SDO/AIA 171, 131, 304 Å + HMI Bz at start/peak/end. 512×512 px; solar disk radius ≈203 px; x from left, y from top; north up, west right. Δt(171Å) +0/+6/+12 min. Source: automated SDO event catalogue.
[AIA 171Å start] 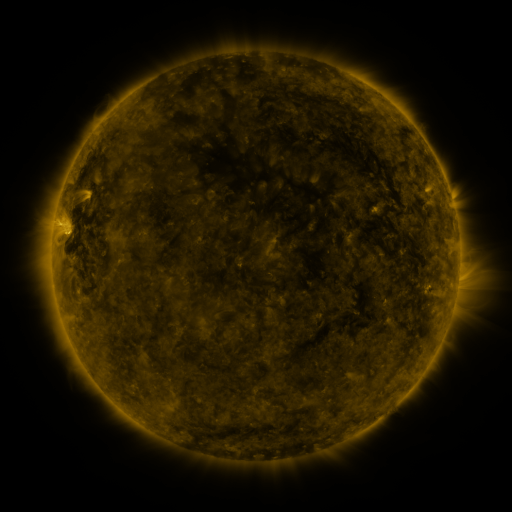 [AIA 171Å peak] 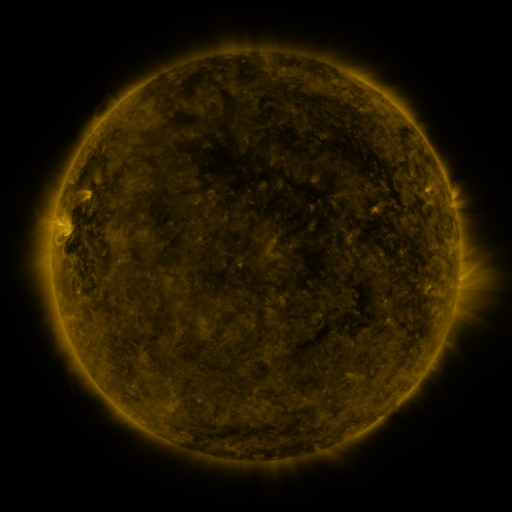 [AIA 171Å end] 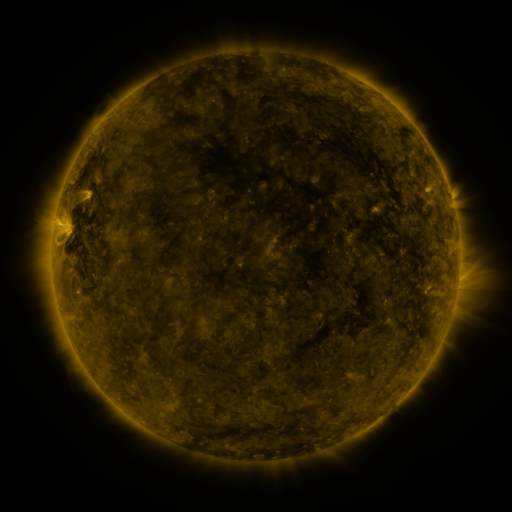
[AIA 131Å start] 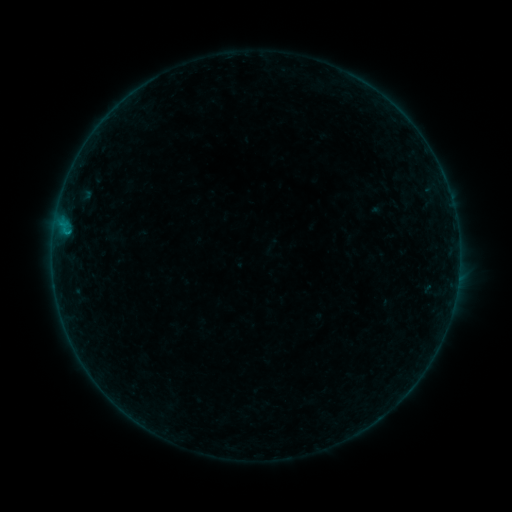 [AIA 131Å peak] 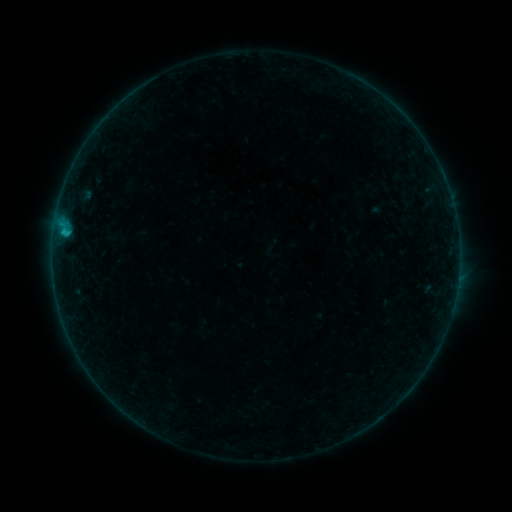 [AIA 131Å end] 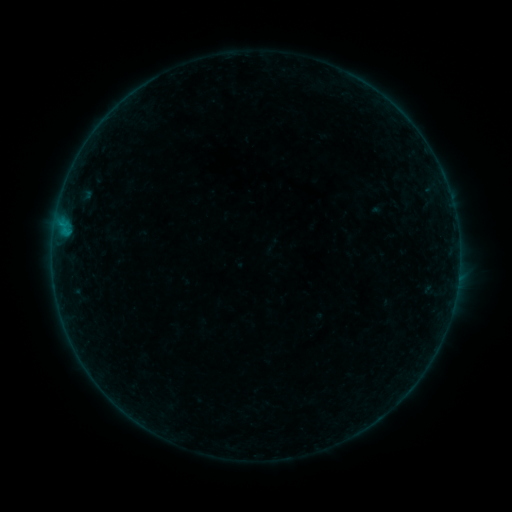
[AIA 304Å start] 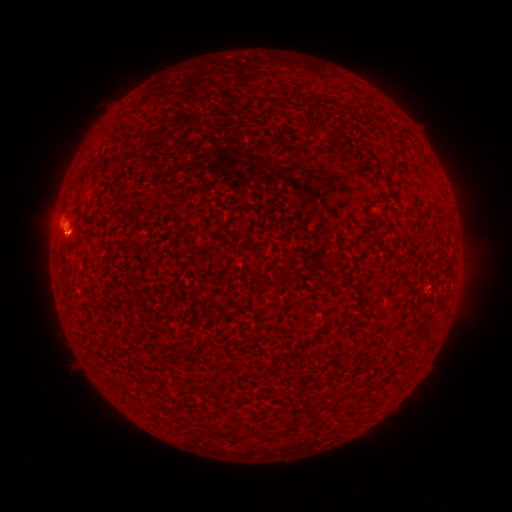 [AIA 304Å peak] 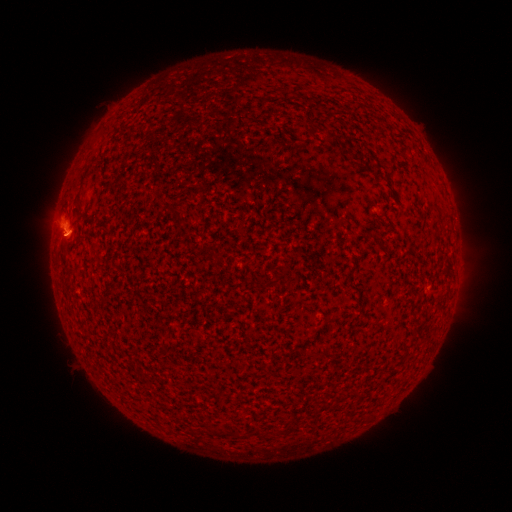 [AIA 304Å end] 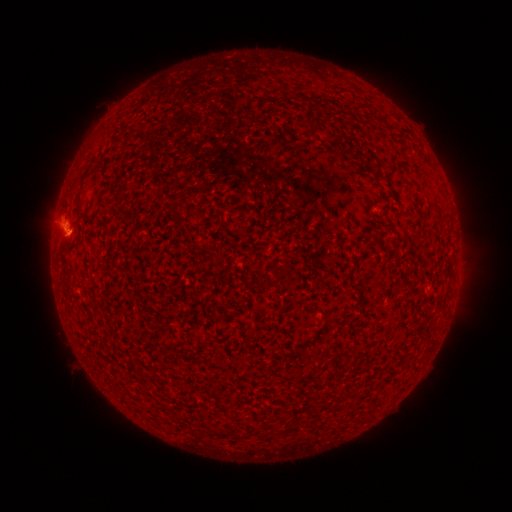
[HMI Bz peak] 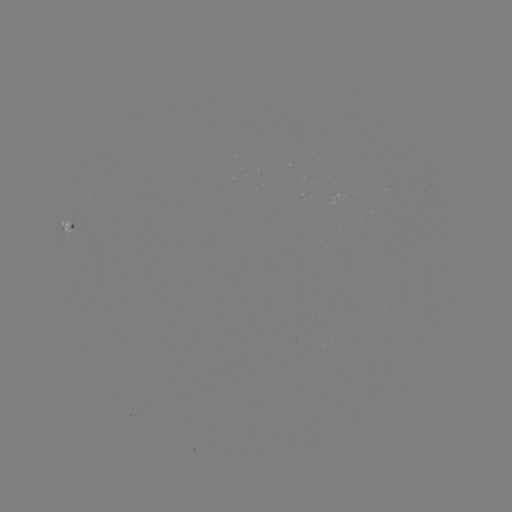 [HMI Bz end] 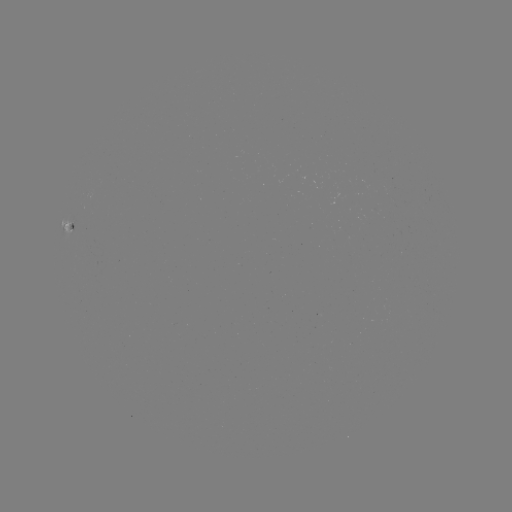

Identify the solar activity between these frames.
B4.1 flare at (67, 236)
